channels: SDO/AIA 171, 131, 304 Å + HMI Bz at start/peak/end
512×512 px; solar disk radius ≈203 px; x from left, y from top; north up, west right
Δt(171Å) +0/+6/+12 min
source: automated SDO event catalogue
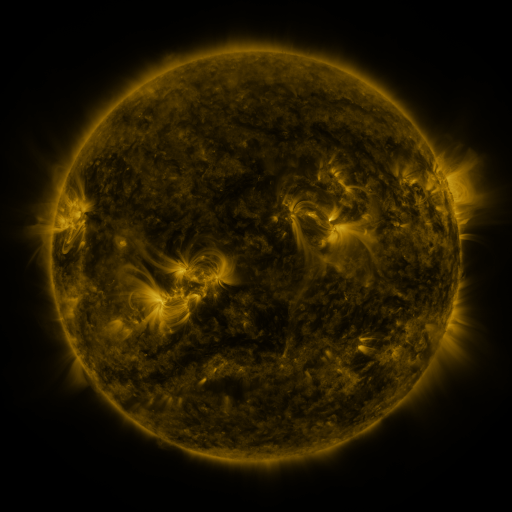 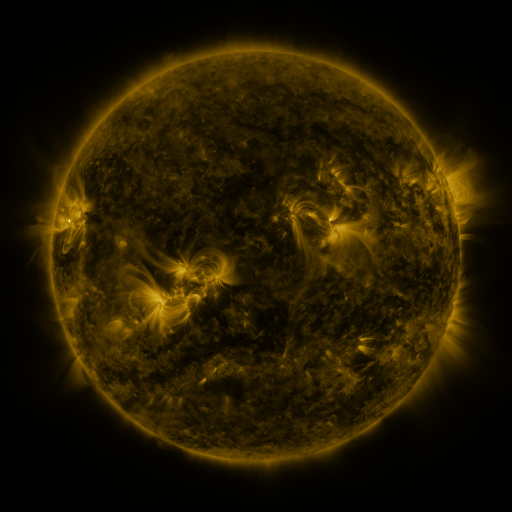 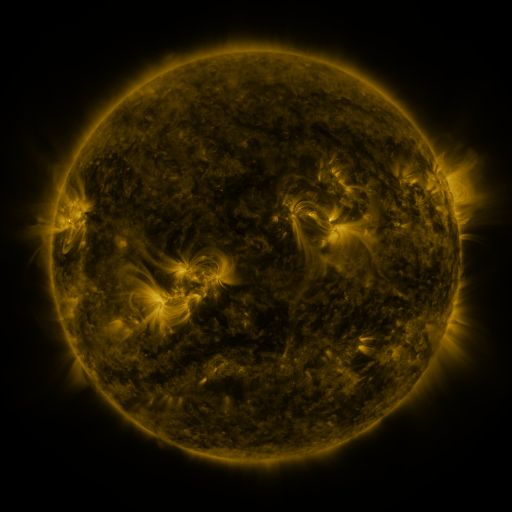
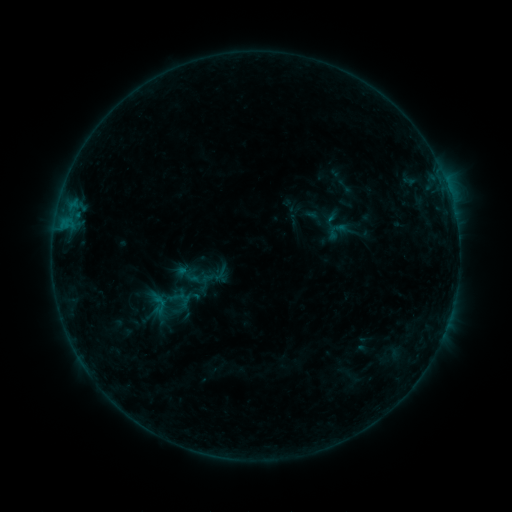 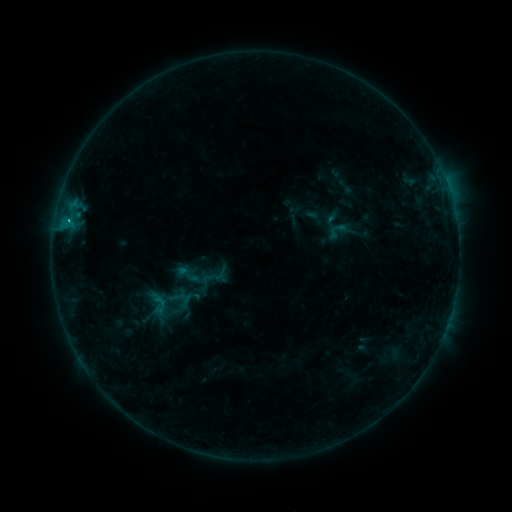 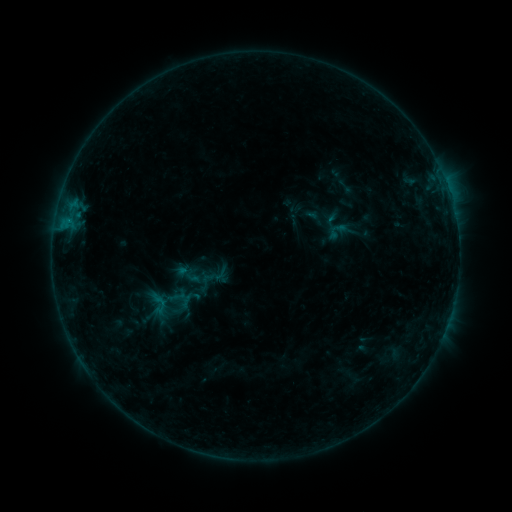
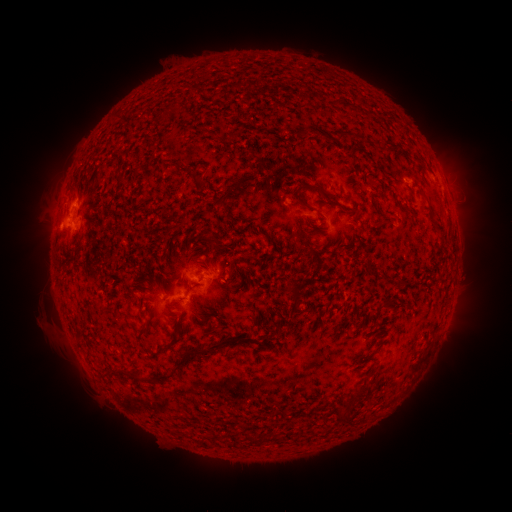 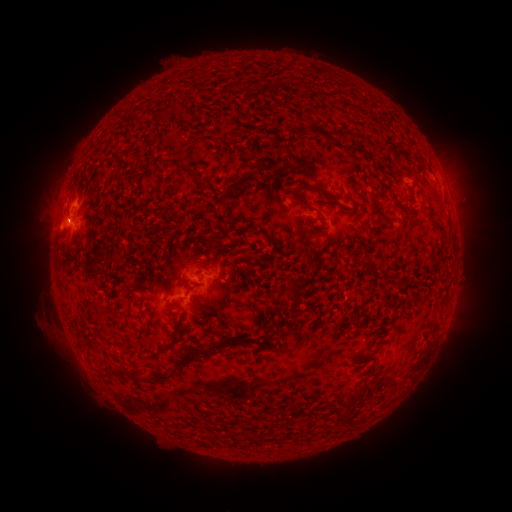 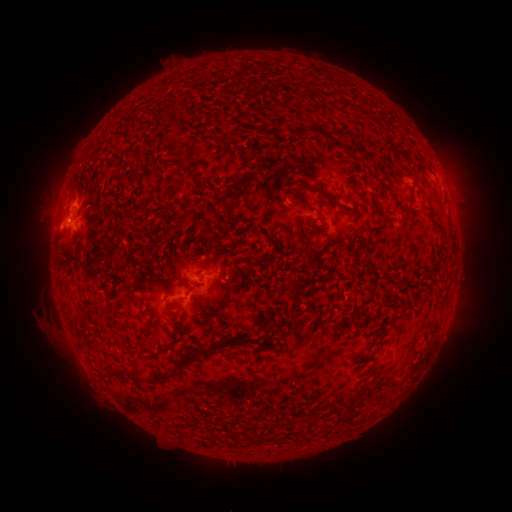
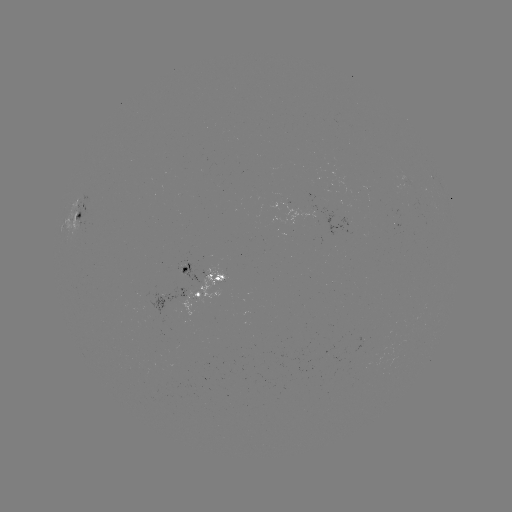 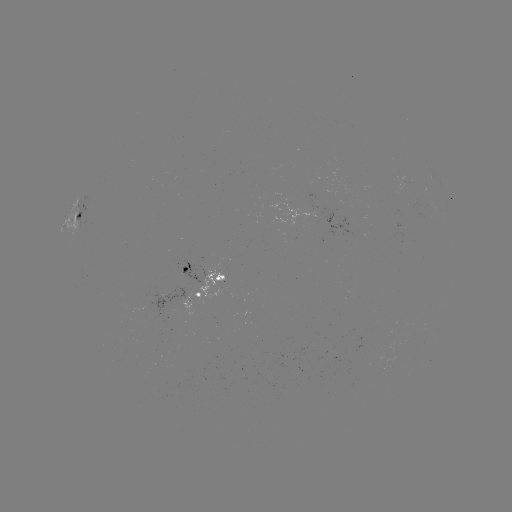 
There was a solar eruption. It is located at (66, 216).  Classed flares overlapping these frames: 1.